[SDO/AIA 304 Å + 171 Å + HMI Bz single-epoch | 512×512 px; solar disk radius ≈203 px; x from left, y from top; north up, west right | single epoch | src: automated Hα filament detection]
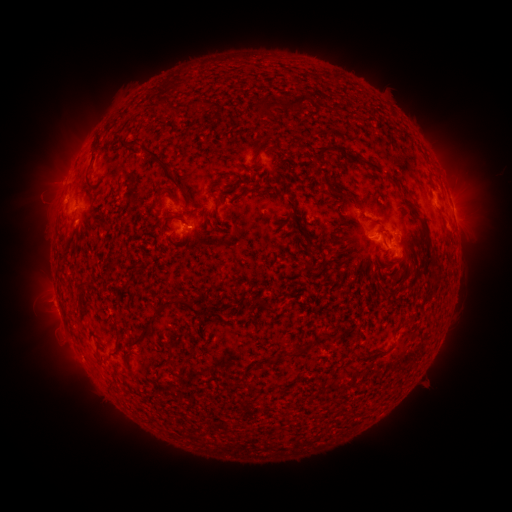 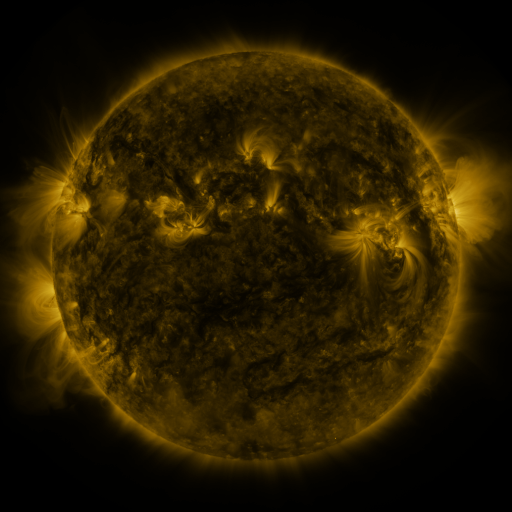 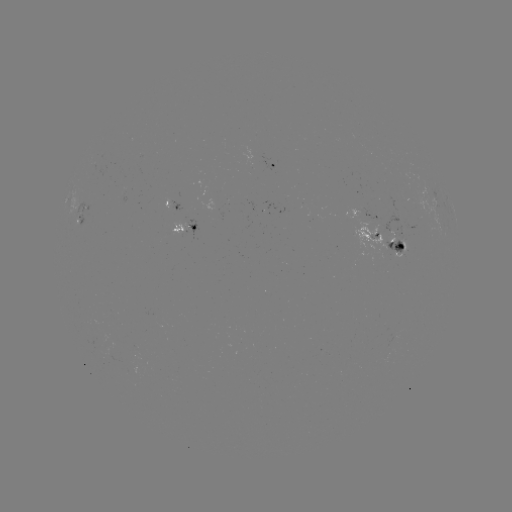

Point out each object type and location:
filament: <bbox>289, 92, 312, 110</bbox>
filament: <bbox>259, 98, 285, 113</bbox>
filament: <bbox>128, 138, 139, 145</bbox>
filament: <bbox>145, 148, 179, 187</bbox>
filament: <bbox>87, 151, 97, 167</bbox>
filament: <bbox>369, 163, 380, 171</bbox>
filament: <bbox>331, 187, 354, 201</bbox>
filament: <bbox>421, 221, 430, 234</bbox>
filament: <bbox>133, 296, 199, 342</bbox>
filament: <bbox>257, 297, 269, 309</bbox>
filament: <bbox>290, 335, 327, 357</bbox>
filament: <bbox>121, 350, 130, 360</bbox>
